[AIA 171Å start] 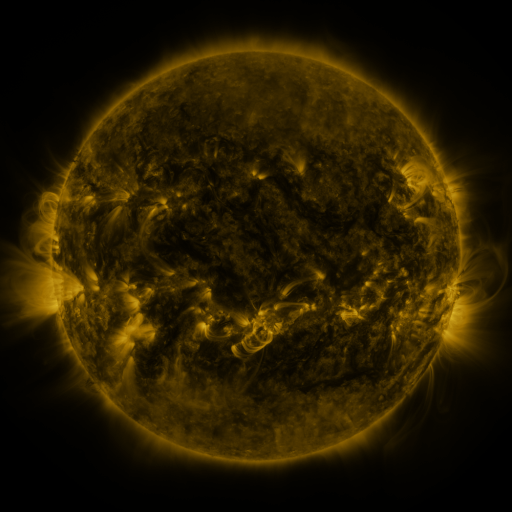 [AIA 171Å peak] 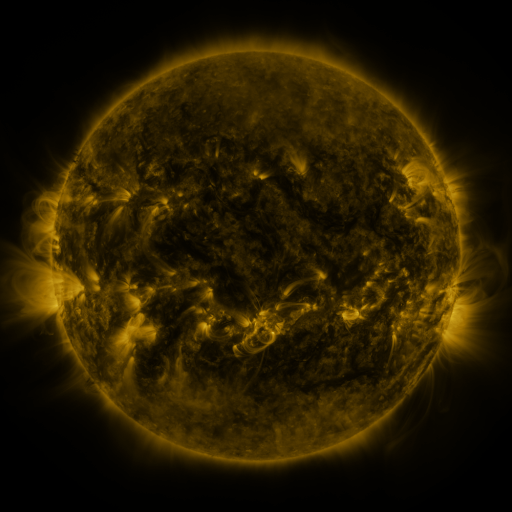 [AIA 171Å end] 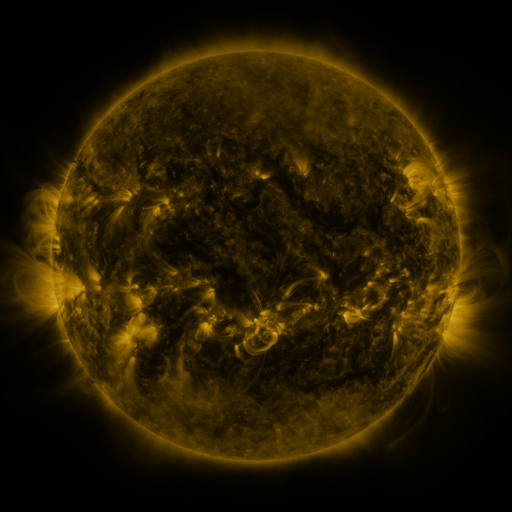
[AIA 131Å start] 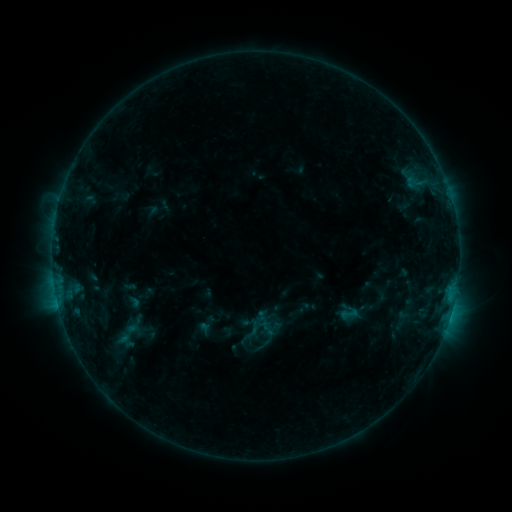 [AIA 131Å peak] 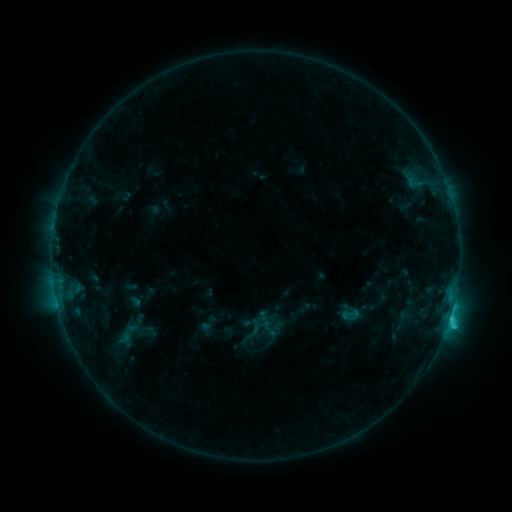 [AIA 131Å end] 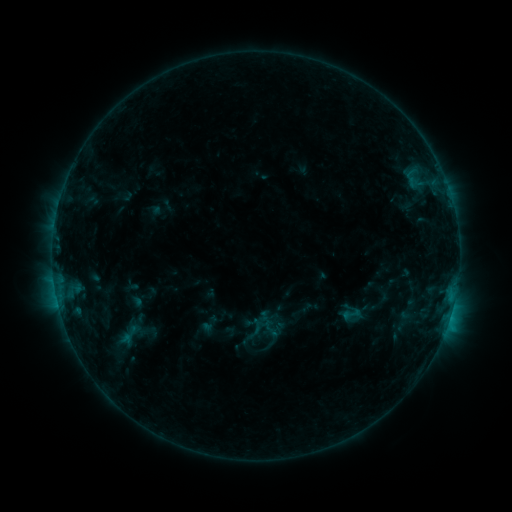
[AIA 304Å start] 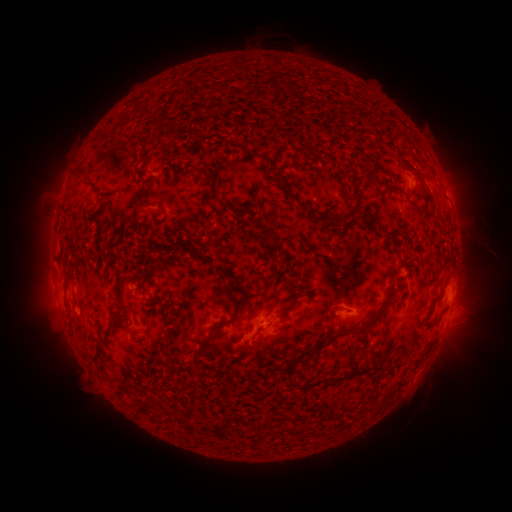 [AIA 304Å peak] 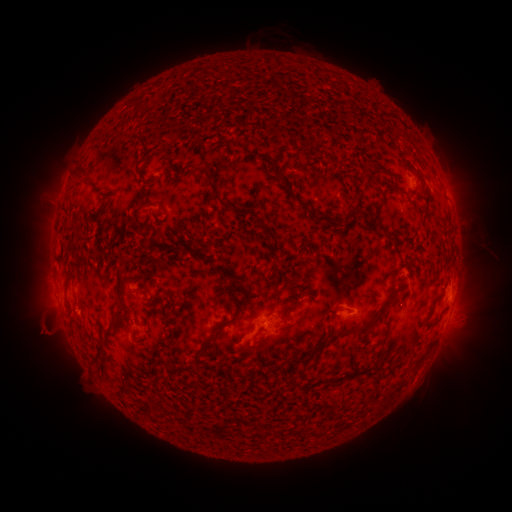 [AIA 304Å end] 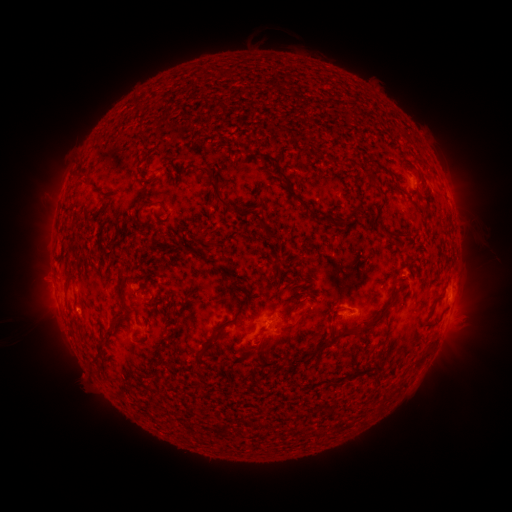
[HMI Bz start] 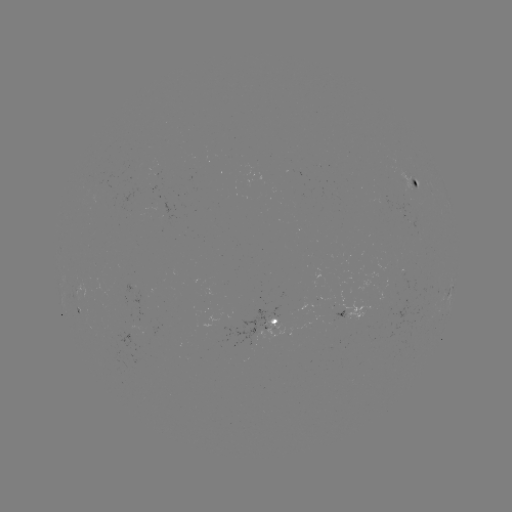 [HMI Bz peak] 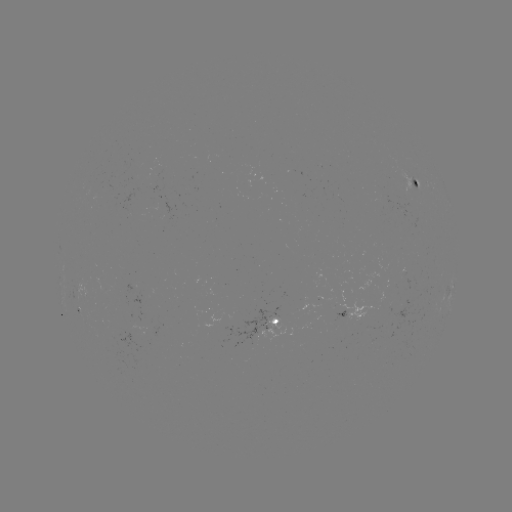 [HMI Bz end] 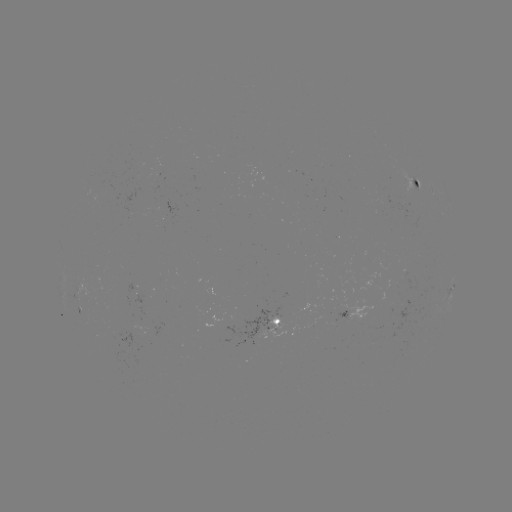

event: flare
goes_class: C1.6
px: (447, 321)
